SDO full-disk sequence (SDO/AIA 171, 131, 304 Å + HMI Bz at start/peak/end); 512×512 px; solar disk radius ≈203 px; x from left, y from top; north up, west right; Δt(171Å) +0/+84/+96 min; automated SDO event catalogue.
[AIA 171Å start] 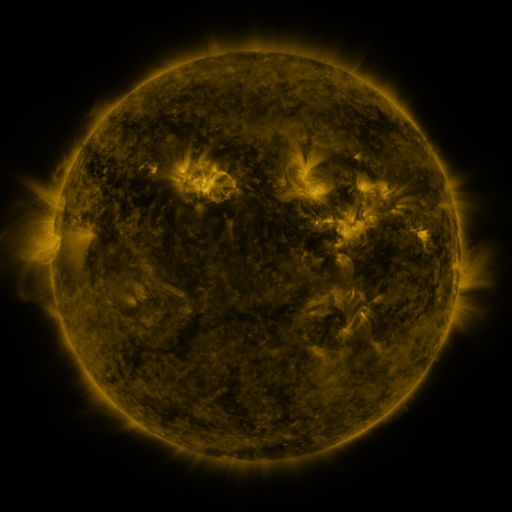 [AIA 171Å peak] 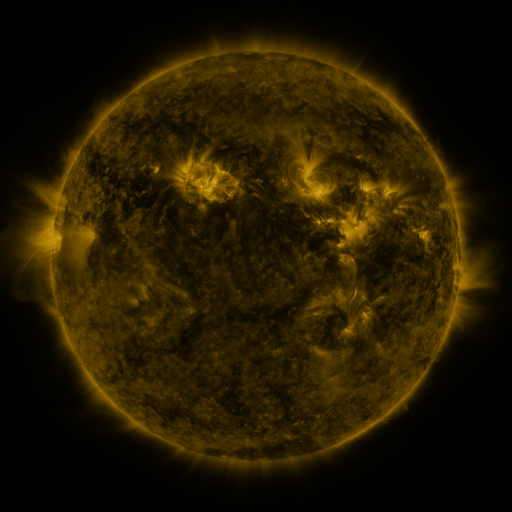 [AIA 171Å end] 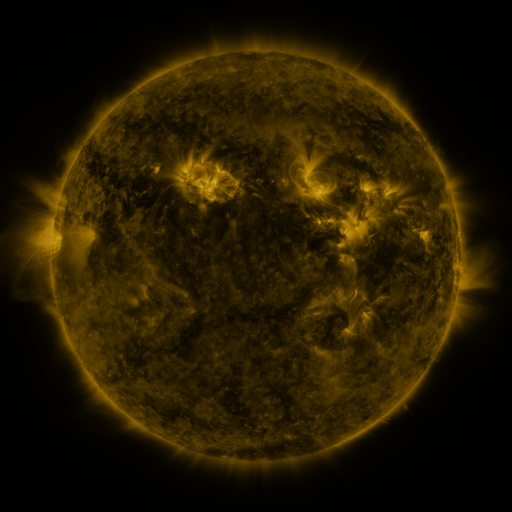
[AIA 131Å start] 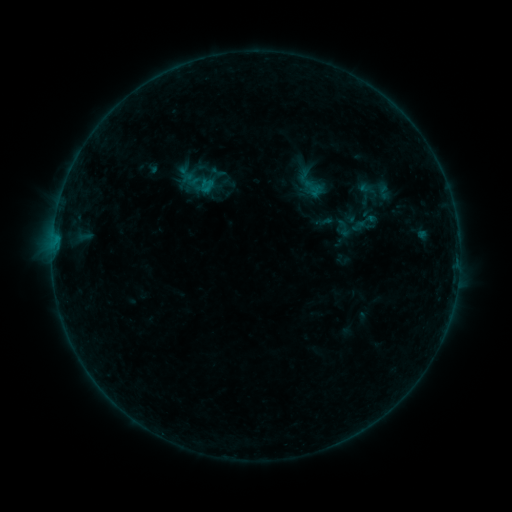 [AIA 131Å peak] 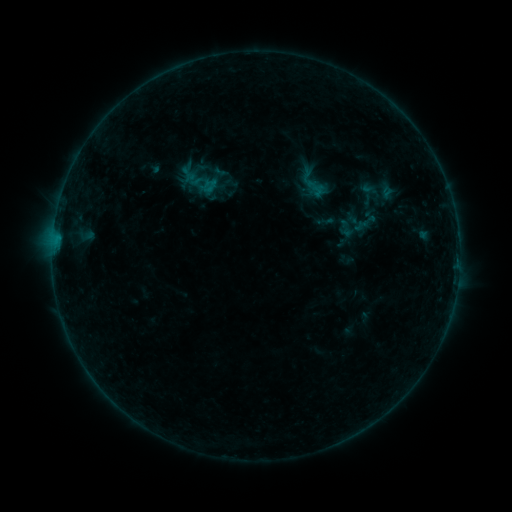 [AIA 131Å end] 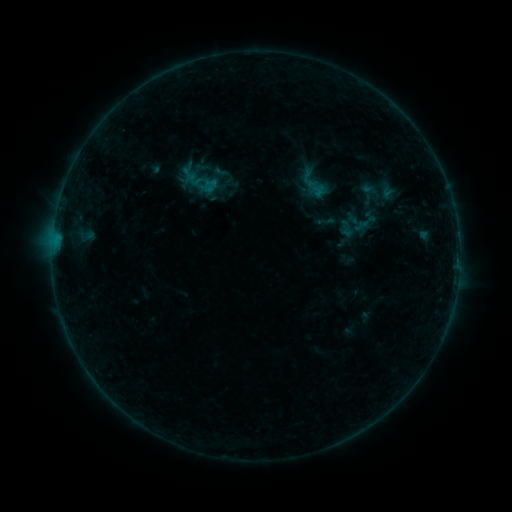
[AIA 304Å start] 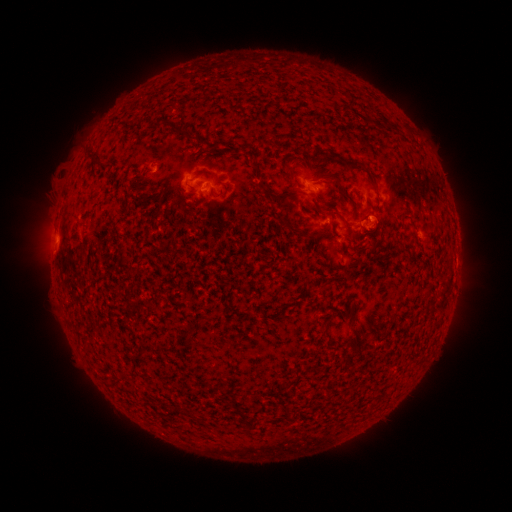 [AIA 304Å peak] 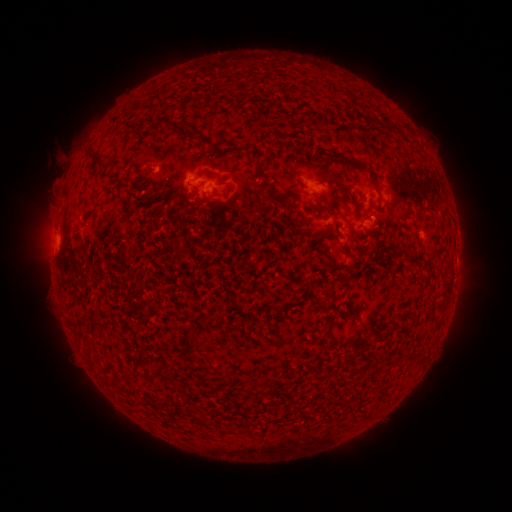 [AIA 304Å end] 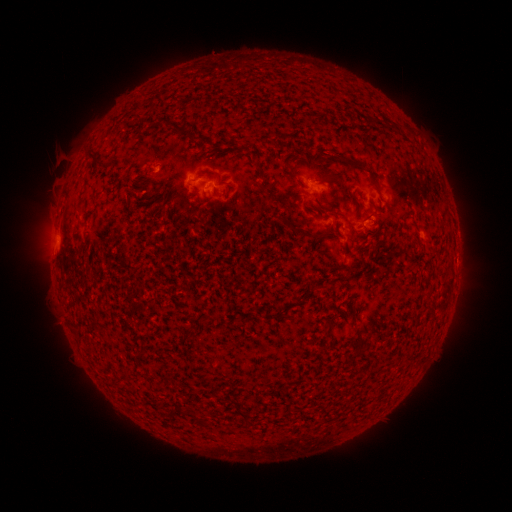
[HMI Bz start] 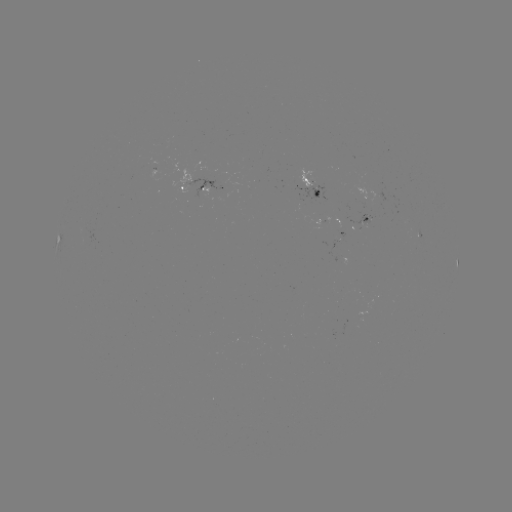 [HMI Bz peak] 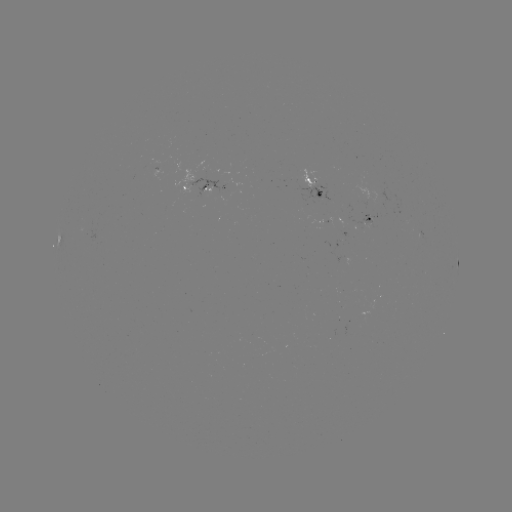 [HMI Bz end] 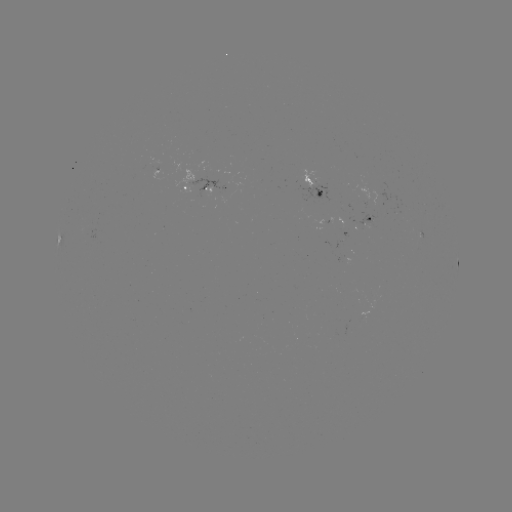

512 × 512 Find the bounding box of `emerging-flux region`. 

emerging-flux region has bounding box [359, 312, 369, 319].